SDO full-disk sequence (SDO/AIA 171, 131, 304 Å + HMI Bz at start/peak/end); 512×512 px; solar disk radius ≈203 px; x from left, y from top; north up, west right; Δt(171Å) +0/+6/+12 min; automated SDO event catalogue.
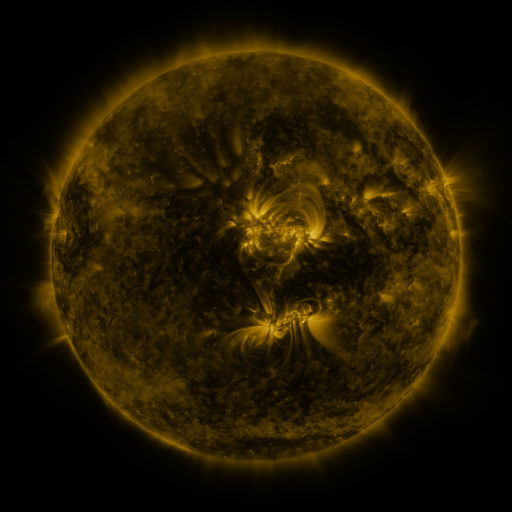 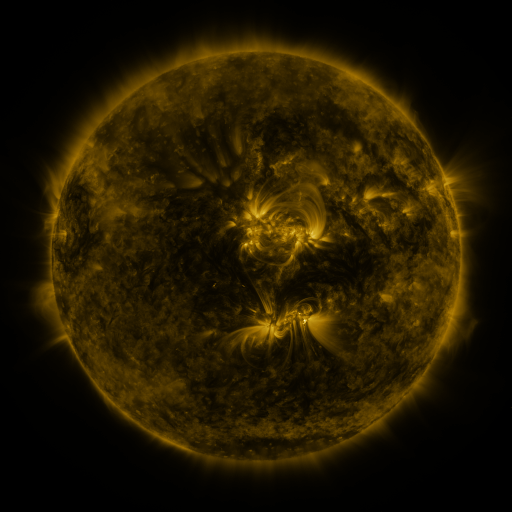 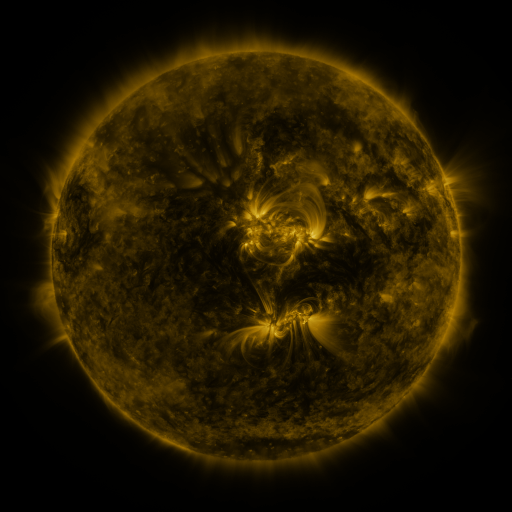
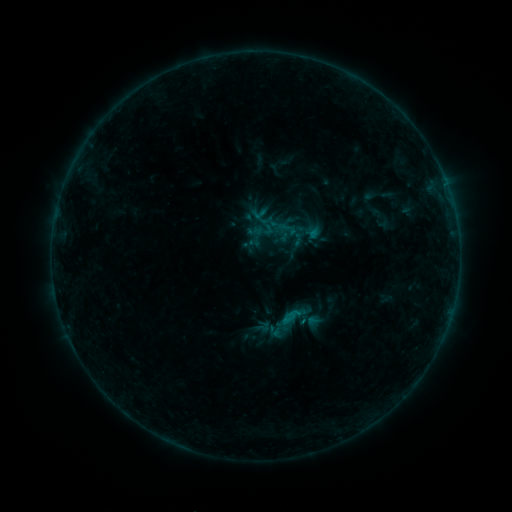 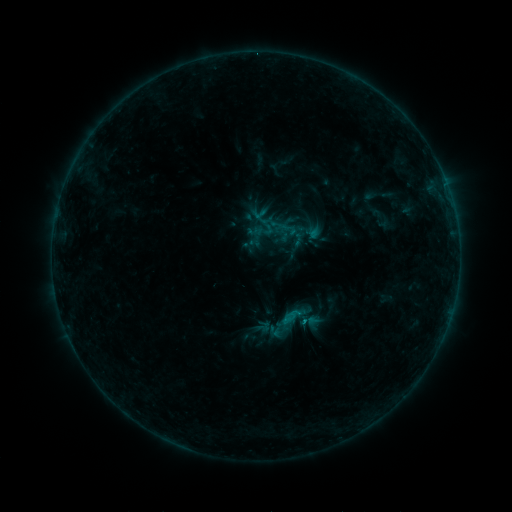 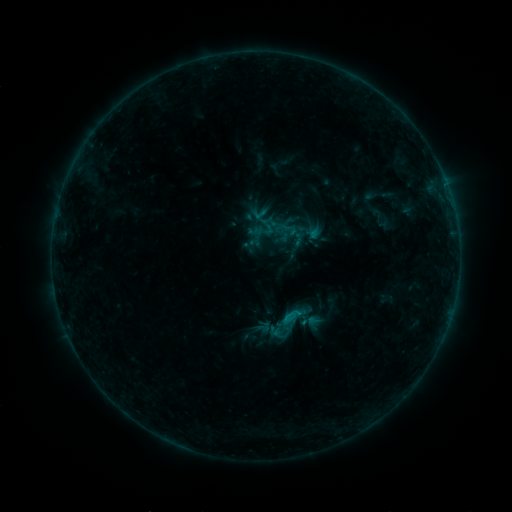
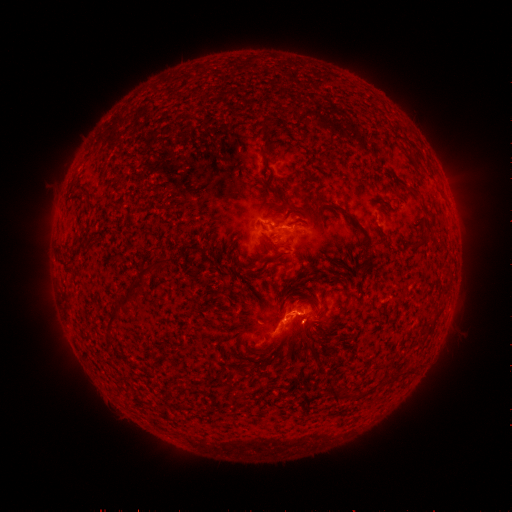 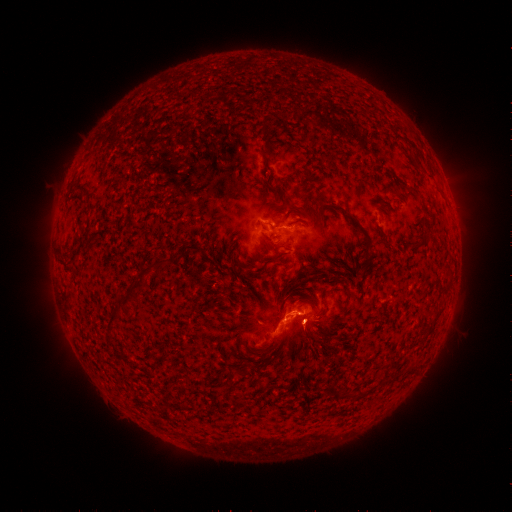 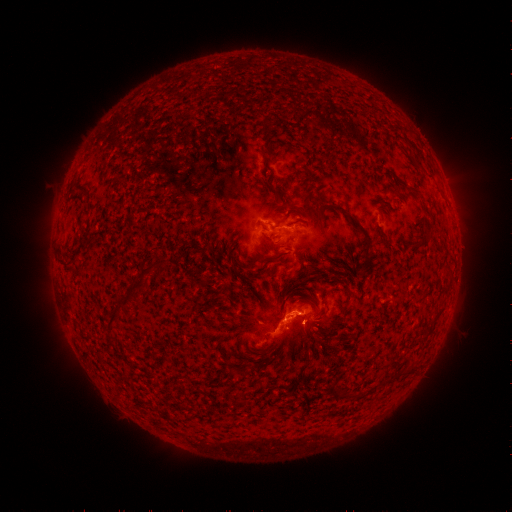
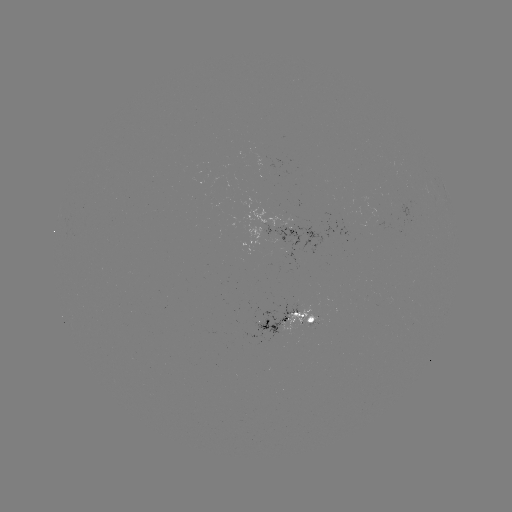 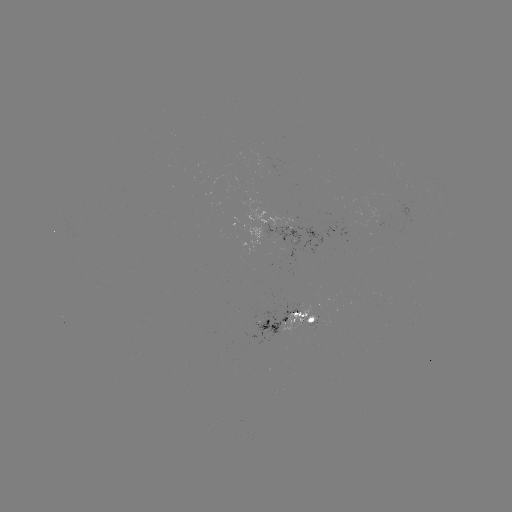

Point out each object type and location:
eruption: (311, 331)
